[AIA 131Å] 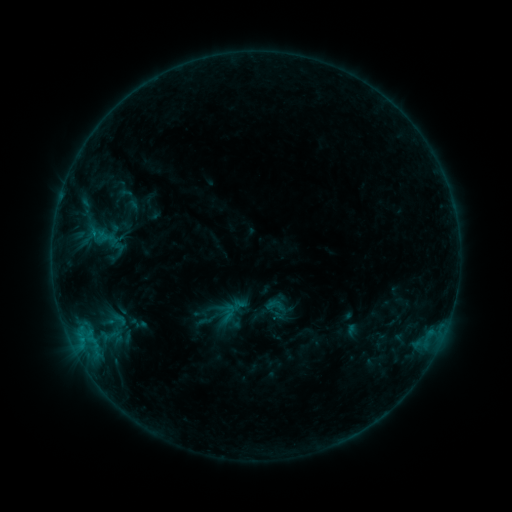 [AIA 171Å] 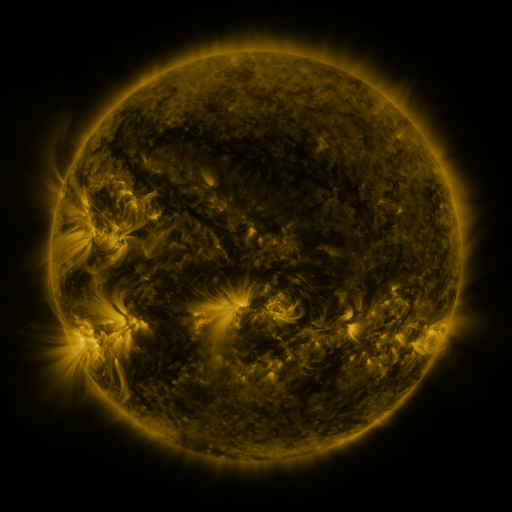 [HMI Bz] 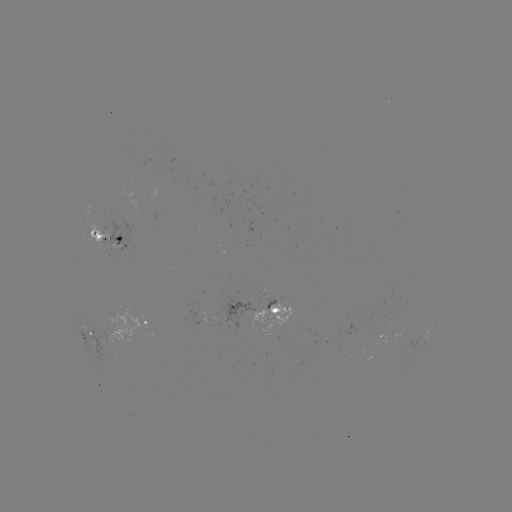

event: sigmoid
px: (275, 305)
